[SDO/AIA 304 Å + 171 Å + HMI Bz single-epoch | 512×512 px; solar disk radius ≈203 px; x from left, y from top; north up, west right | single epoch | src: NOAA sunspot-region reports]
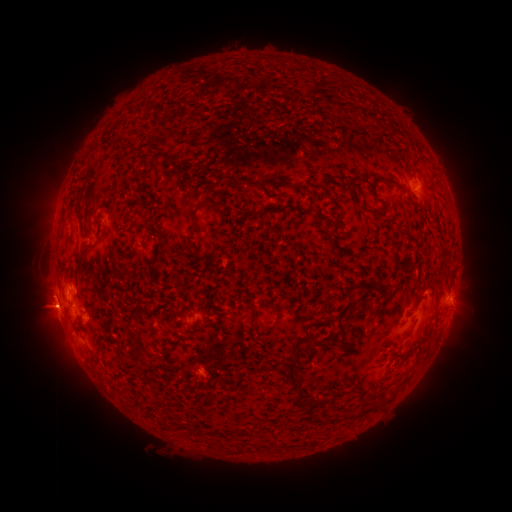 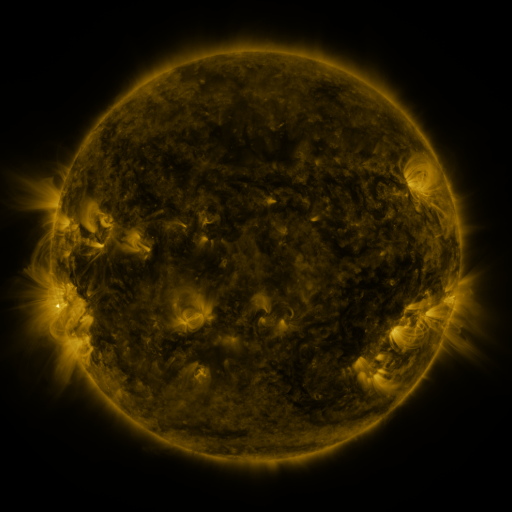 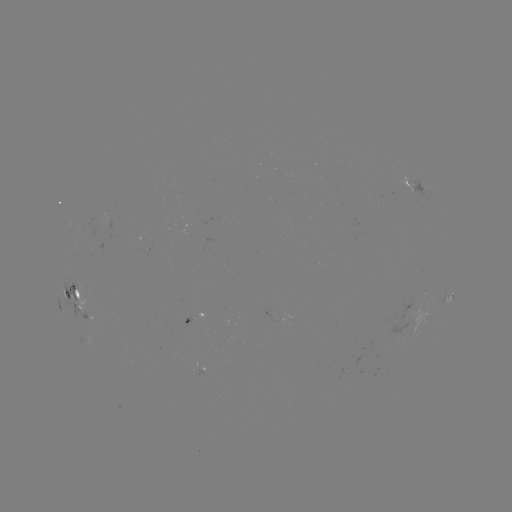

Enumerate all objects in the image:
spotted active region: (414, 185)
spotted active region: (145, 240)
spotted active region: (451, 296)
spotted active region: (79, 299)
spotted active region: (449, 314)
spotted active region: (198, 315)
spotted active region: (201, 369)
